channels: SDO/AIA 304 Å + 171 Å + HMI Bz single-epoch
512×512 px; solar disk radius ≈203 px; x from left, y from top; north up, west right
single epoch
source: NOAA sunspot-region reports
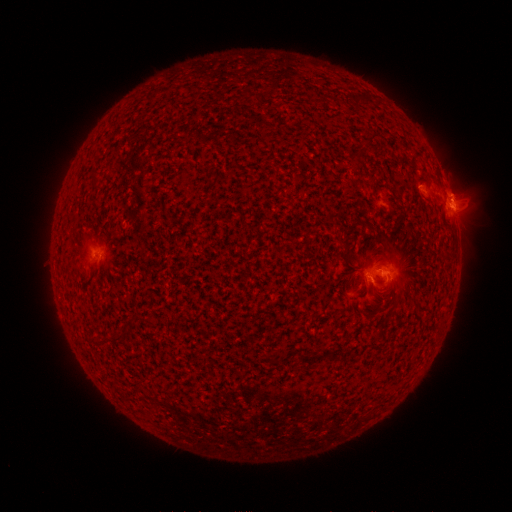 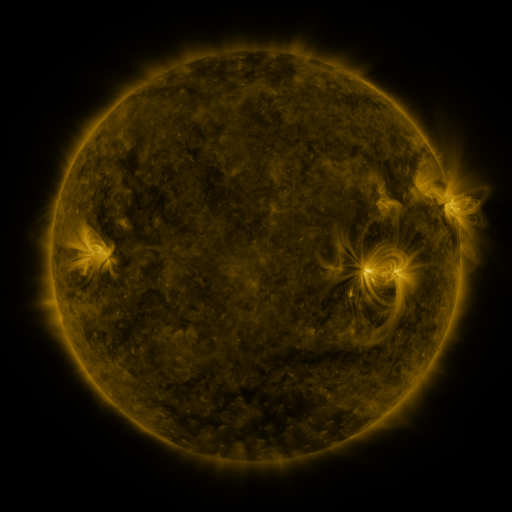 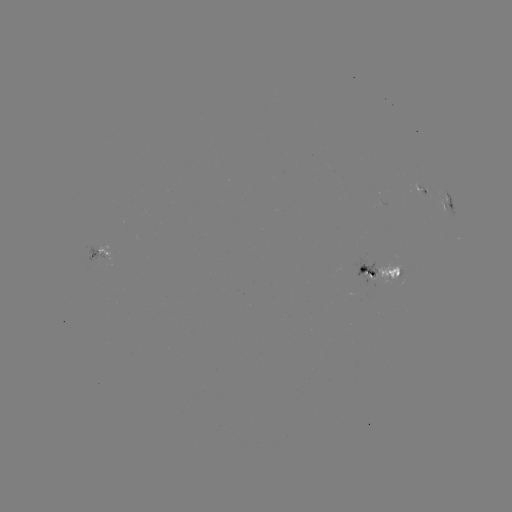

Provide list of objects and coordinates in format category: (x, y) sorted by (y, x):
spotted active region: (422, 192)
spotted active region: (450, 206)
spotted active region: (100, 252)
spotted active region: (385, 274)
